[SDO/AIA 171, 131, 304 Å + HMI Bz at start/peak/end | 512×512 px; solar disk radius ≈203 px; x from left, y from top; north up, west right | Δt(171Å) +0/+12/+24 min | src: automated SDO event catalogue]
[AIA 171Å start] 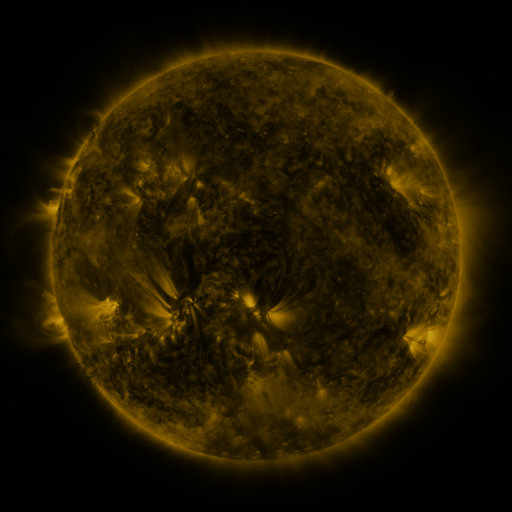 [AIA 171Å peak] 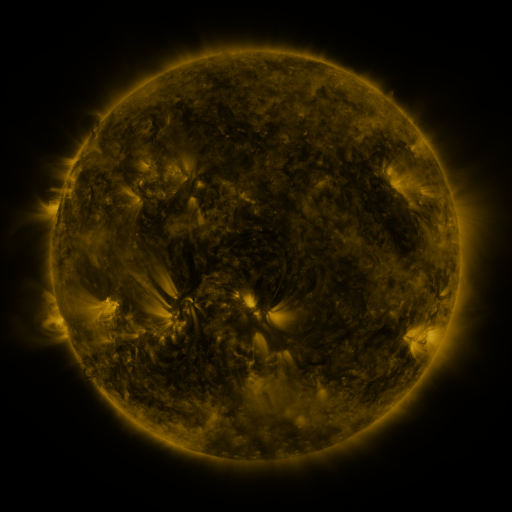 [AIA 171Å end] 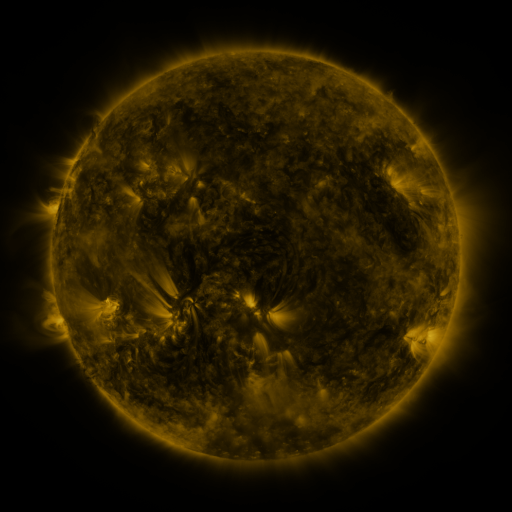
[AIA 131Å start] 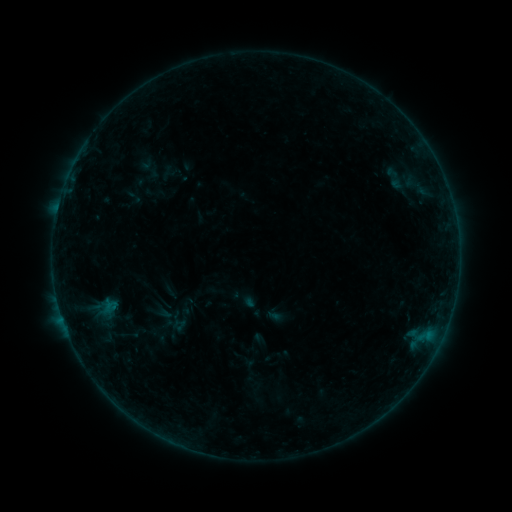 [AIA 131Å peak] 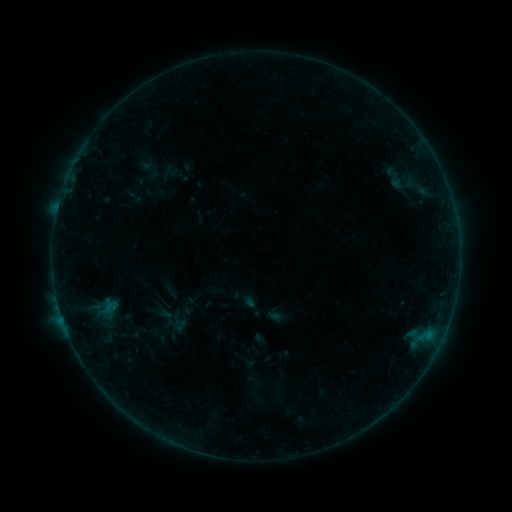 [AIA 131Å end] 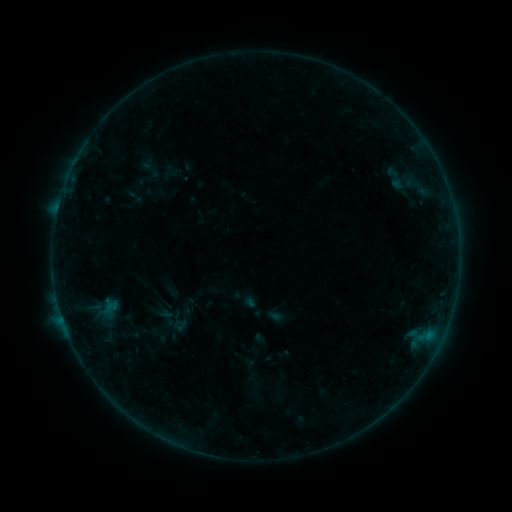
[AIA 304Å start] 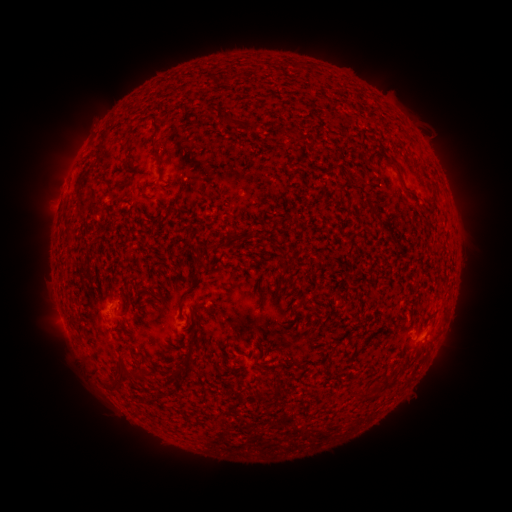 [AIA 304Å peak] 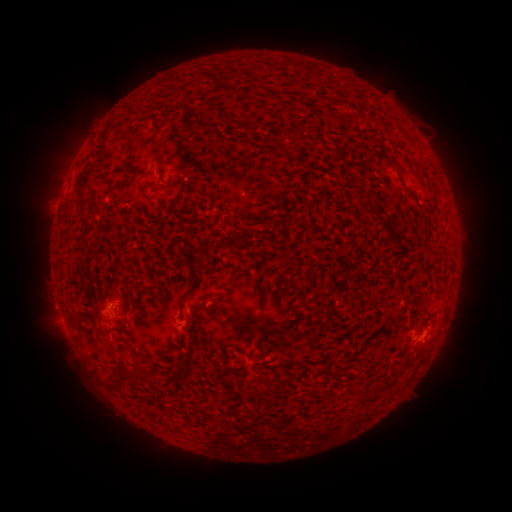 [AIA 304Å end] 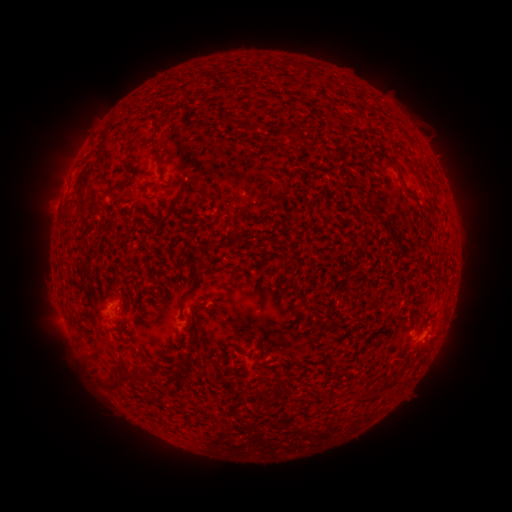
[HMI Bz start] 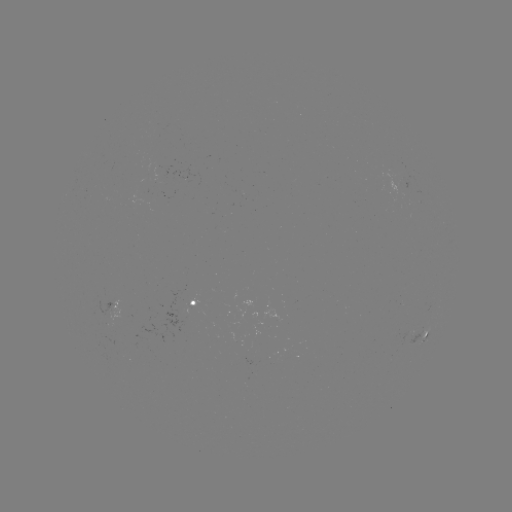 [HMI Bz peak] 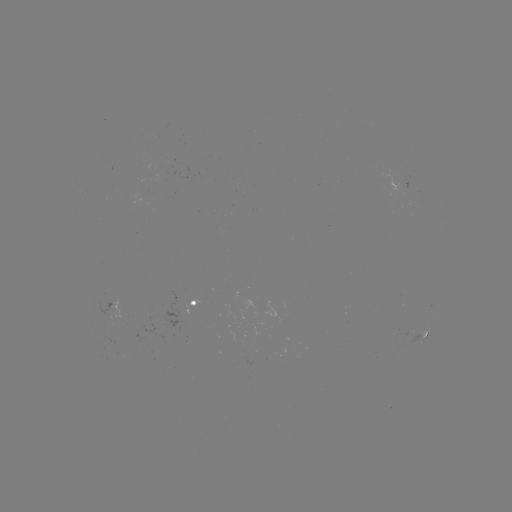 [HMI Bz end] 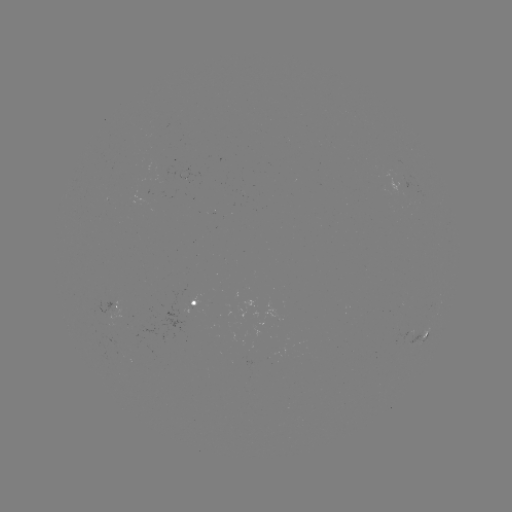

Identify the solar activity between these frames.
no flare in any classed list; no EUV-trigger detection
